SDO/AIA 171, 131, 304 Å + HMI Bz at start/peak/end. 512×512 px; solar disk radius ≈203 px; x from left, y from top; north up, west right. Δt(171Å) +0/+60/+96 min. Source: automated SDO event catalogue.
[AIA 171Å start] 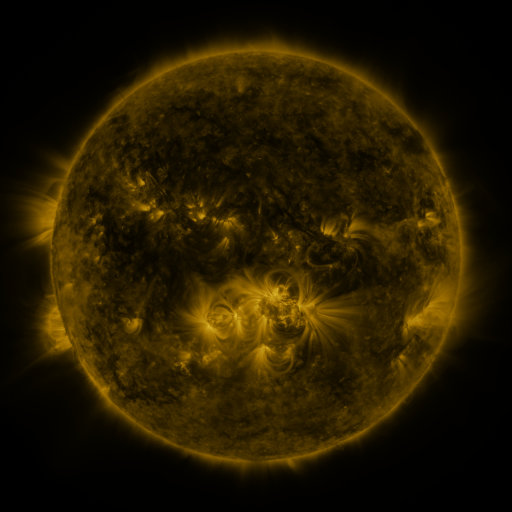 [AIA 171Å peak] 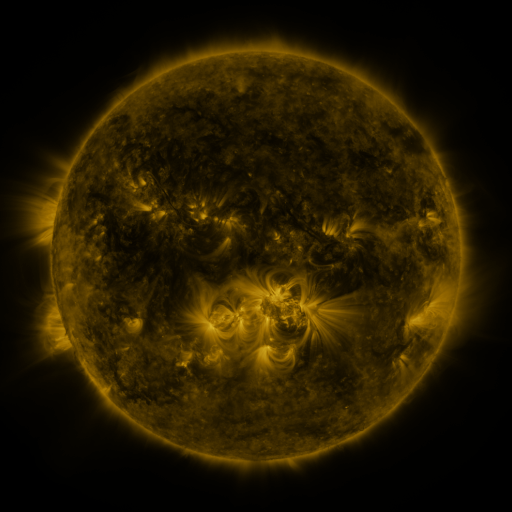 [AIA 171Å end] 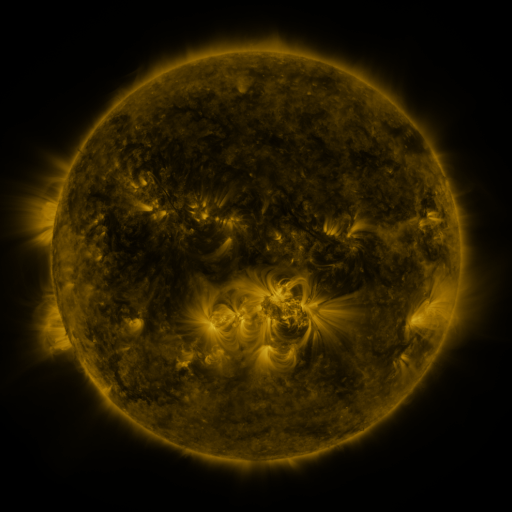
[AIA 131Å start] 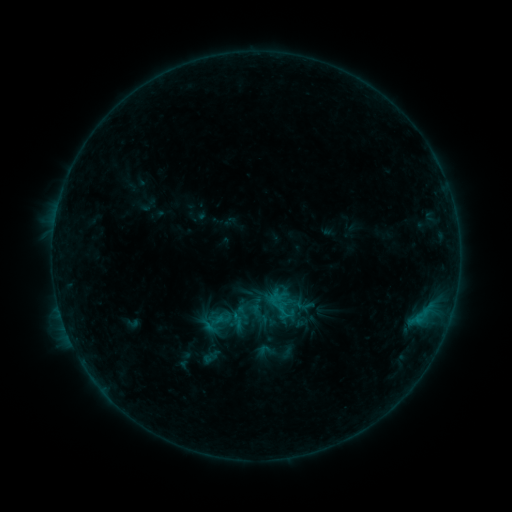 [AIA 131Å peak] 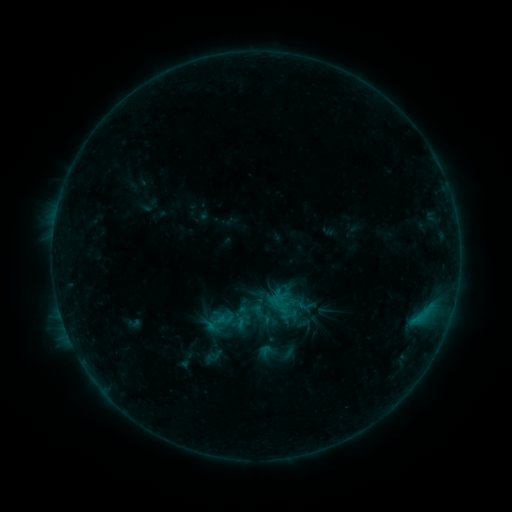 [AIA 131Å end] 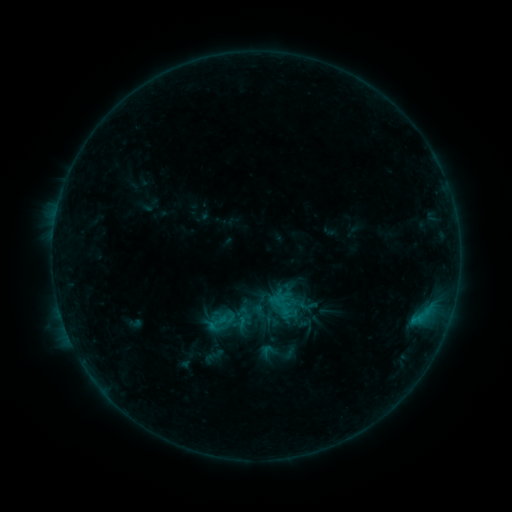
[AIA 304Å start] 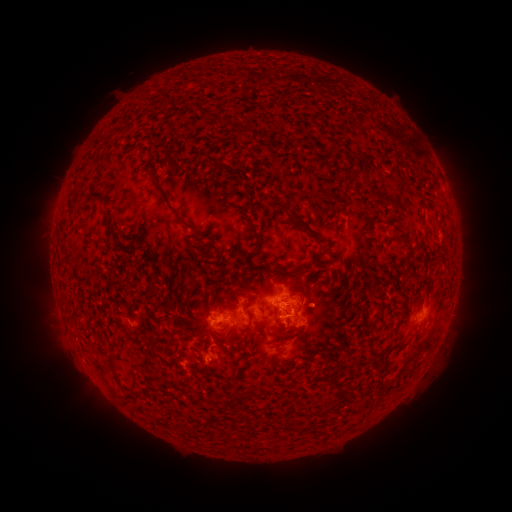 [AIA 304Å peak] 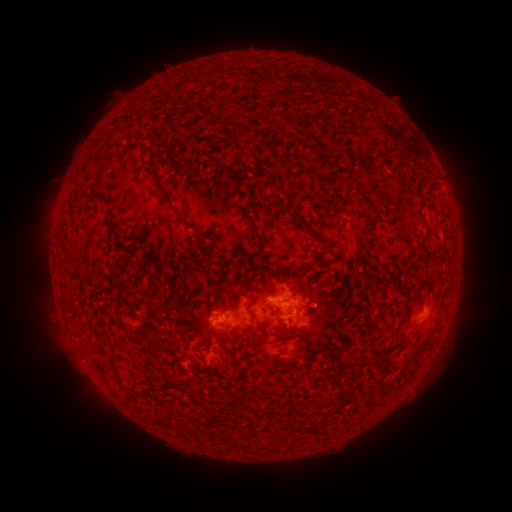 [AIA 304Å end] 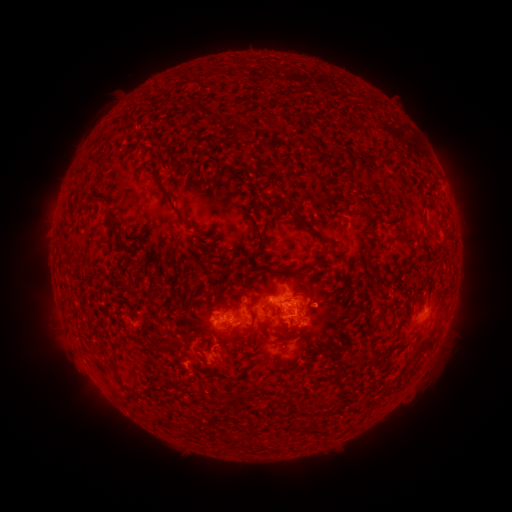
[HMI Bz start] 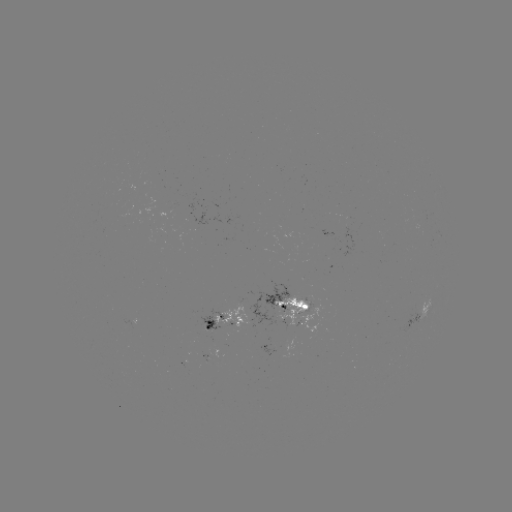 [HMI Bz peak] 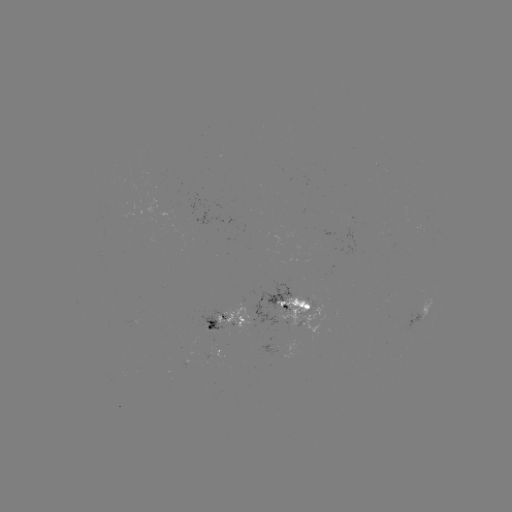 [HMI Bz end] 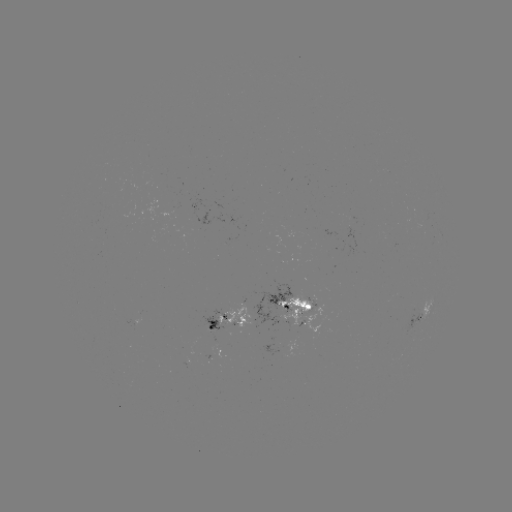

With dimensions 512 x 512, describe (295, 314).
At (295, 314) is emerging-flux region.